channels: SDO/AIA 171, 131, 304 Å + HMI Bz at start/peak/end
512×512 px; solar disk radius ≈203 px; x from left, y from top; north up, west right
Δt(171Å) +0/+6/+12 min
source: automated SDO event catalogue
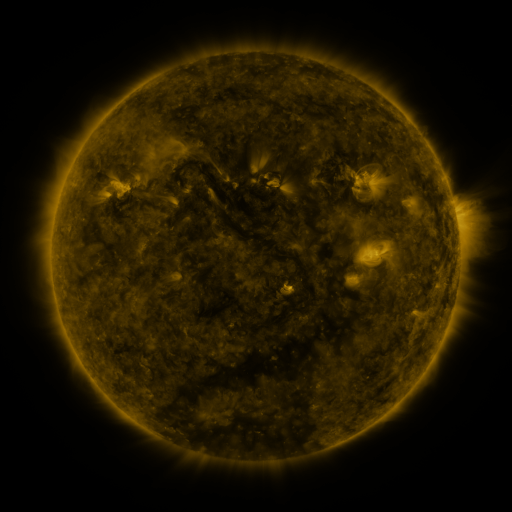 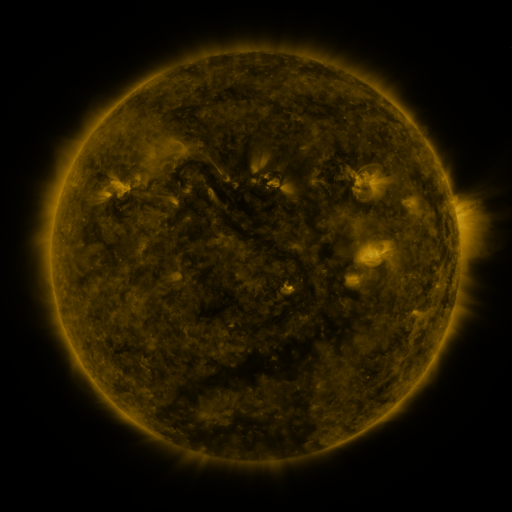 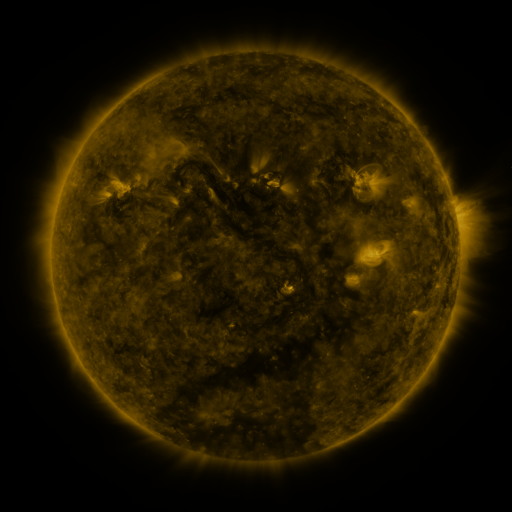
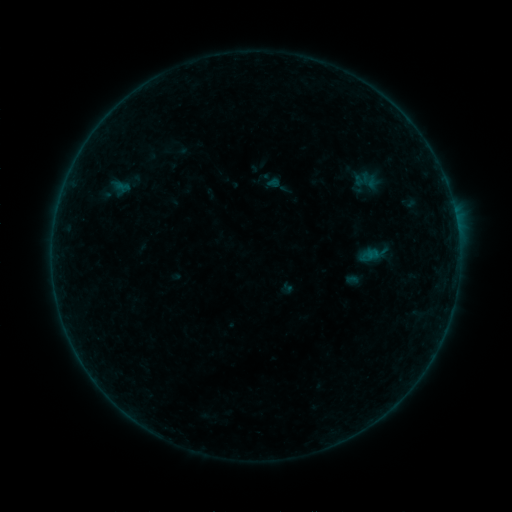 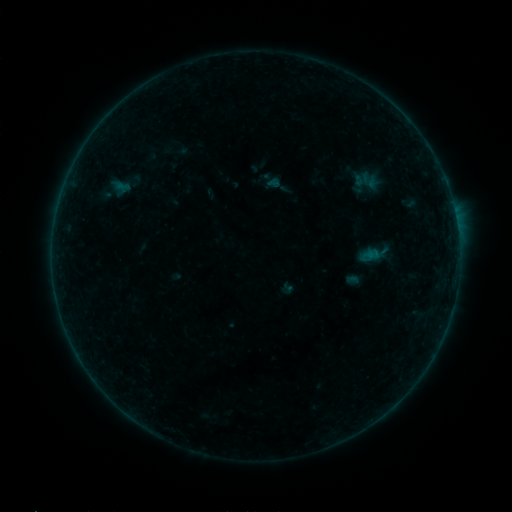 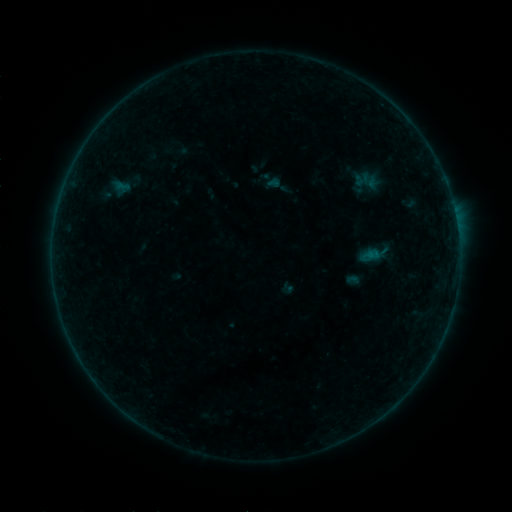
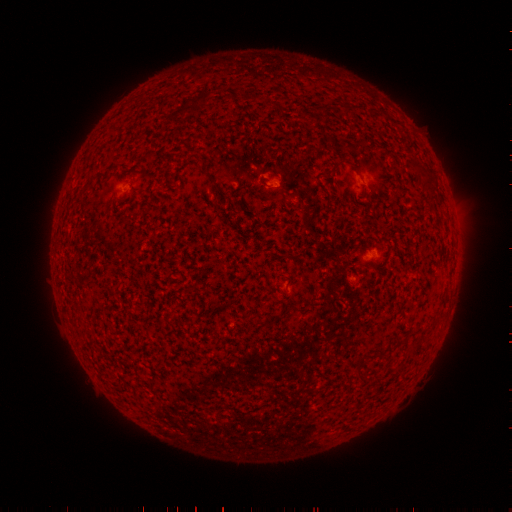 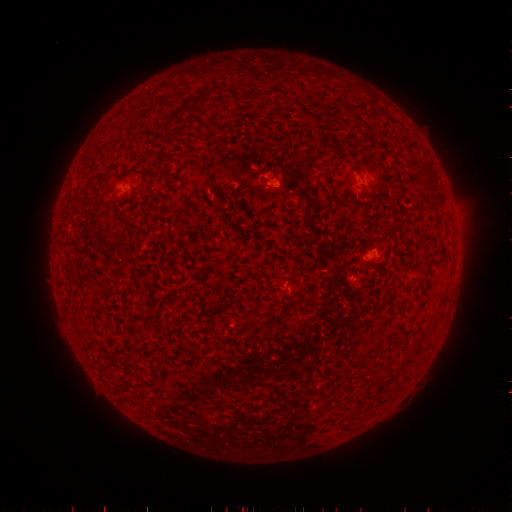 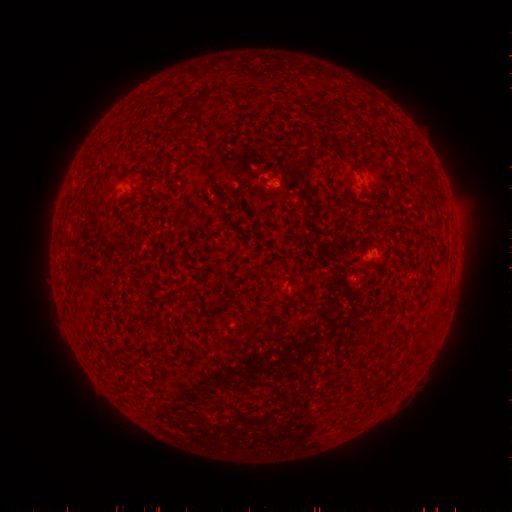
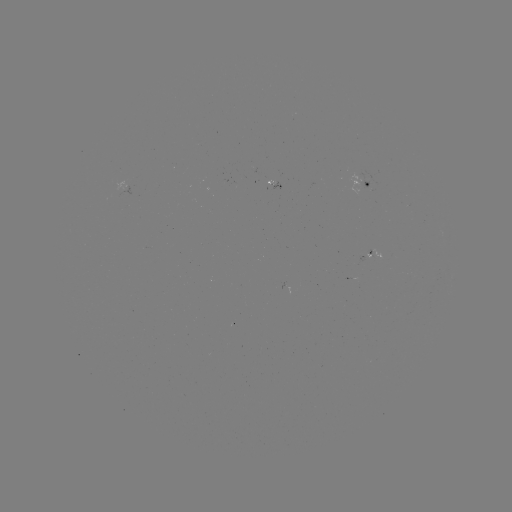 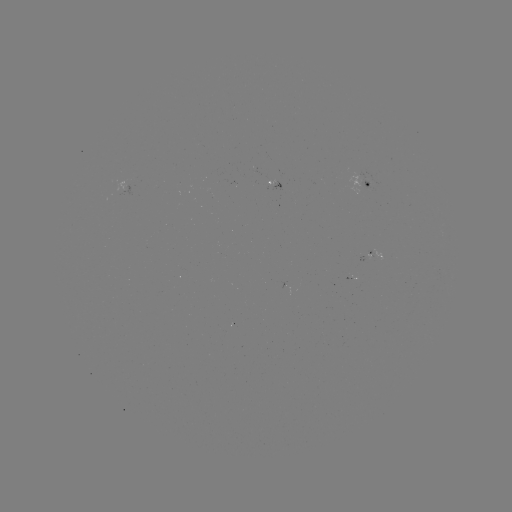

no catalogued flare and no flagged EUV brightening in this window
